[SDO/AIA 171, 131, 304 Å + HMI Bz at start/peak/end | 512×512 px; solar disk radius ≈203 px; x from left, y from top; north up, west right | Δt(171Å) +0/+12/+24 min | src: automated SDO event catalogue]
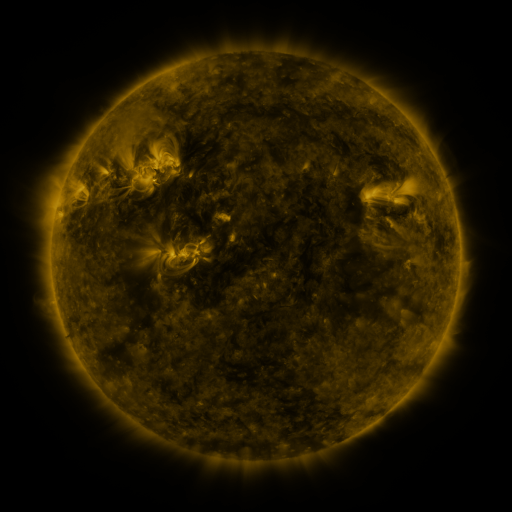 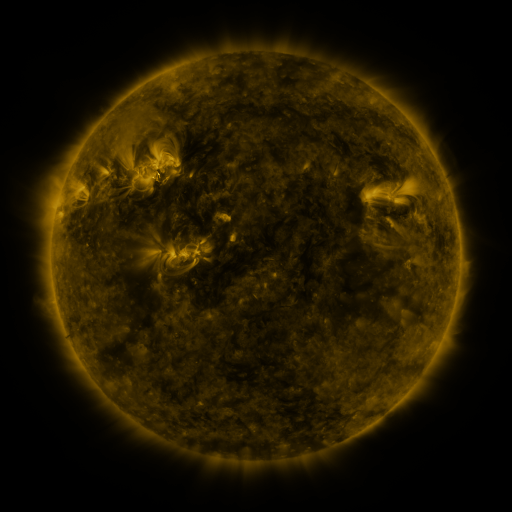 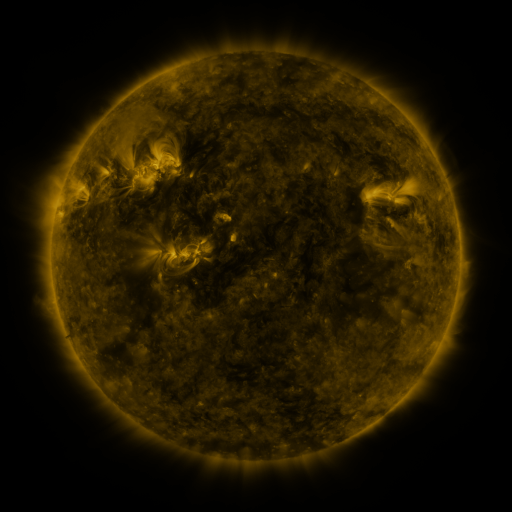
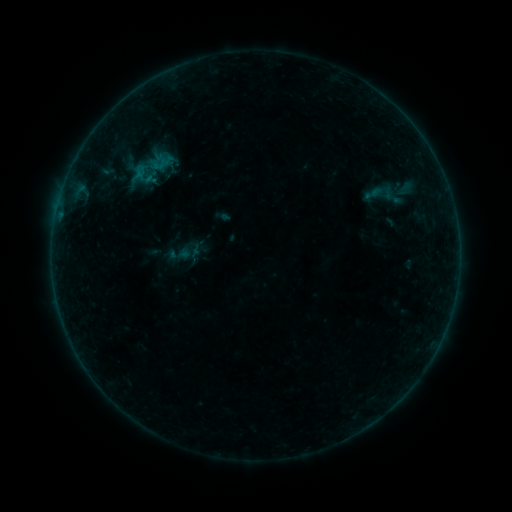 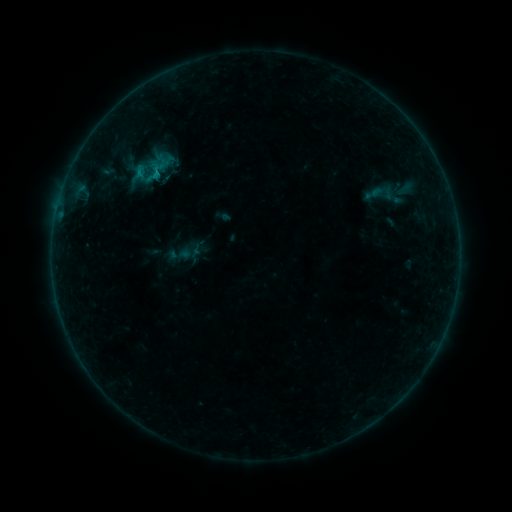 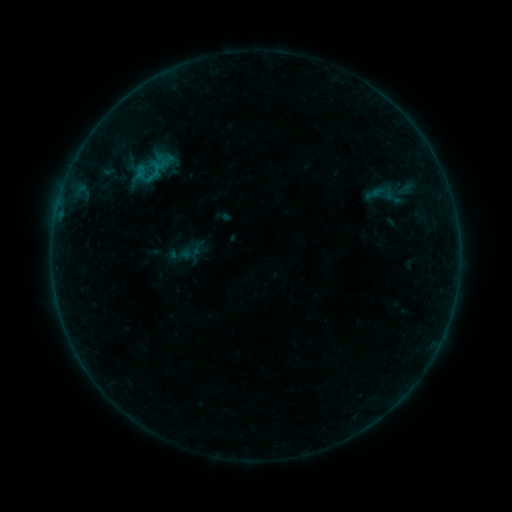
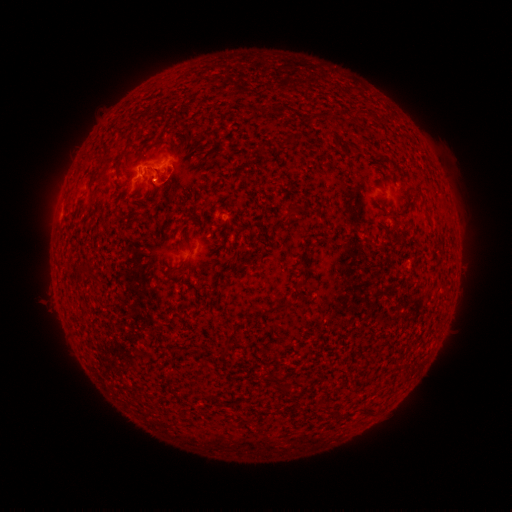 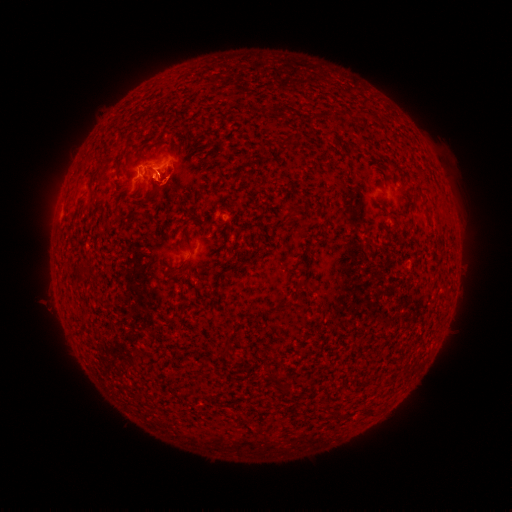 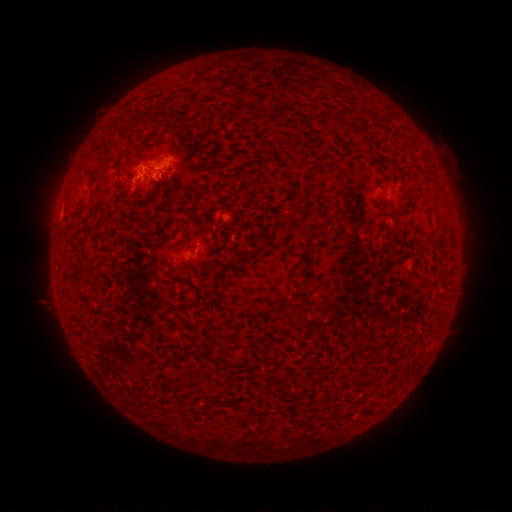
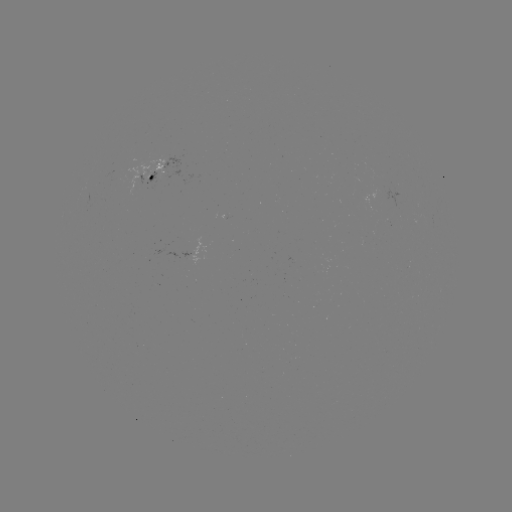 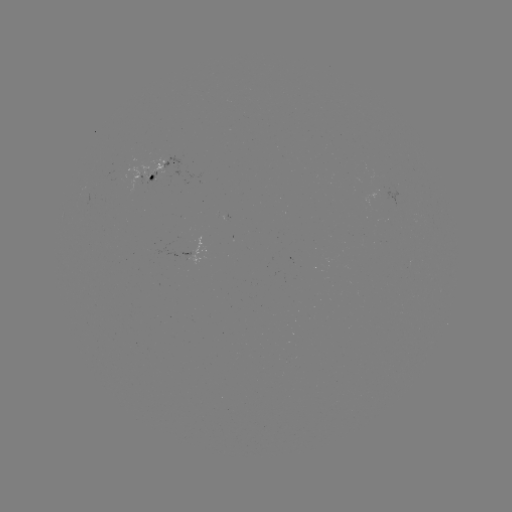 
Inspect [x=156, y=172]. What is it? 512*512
B4.8 flare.